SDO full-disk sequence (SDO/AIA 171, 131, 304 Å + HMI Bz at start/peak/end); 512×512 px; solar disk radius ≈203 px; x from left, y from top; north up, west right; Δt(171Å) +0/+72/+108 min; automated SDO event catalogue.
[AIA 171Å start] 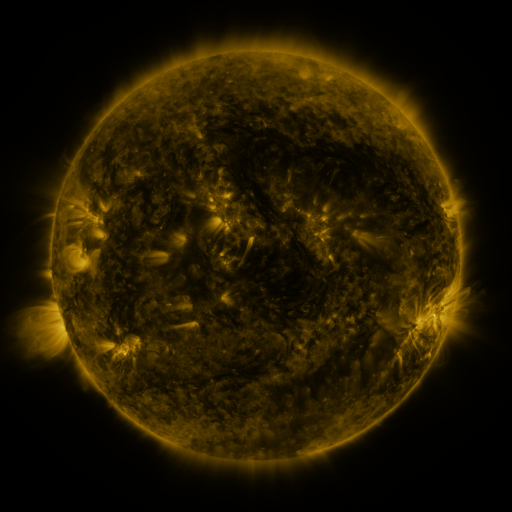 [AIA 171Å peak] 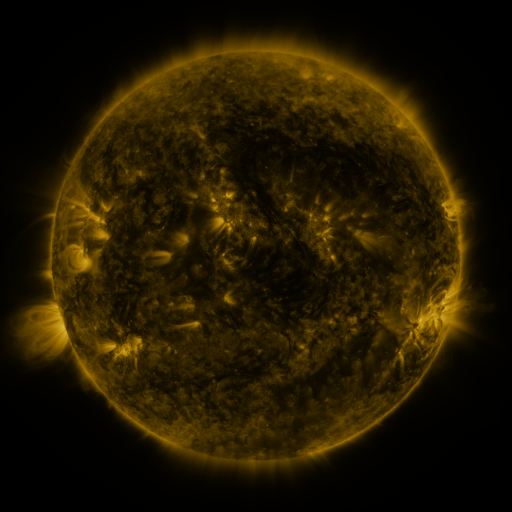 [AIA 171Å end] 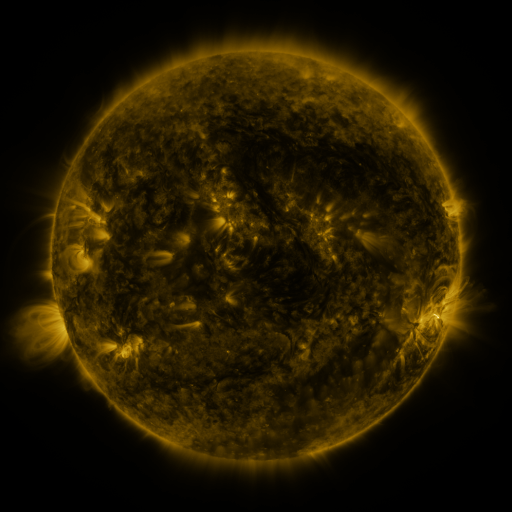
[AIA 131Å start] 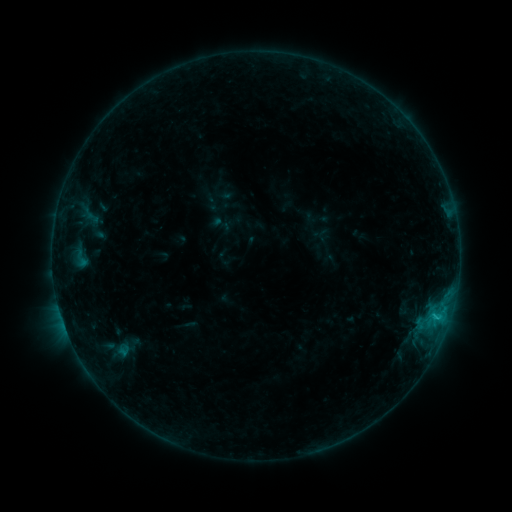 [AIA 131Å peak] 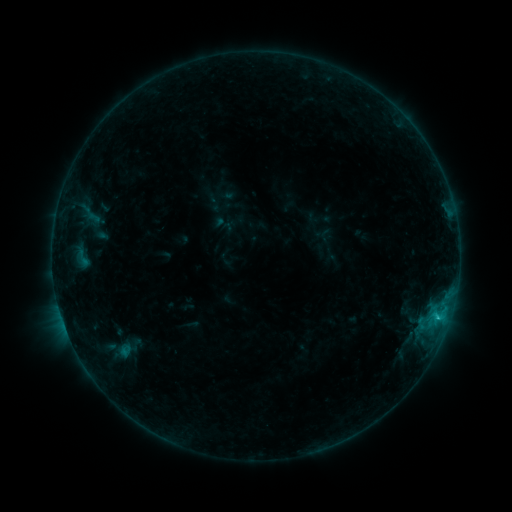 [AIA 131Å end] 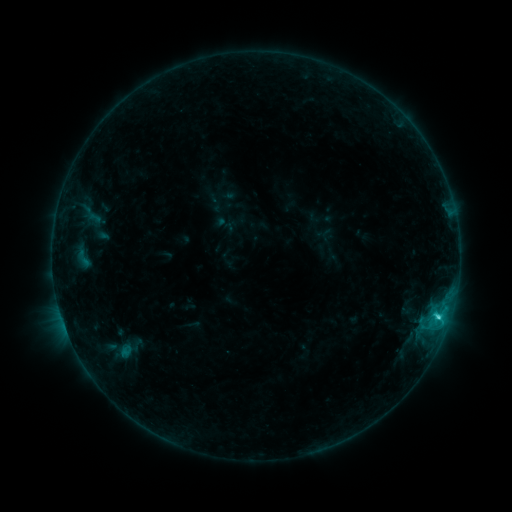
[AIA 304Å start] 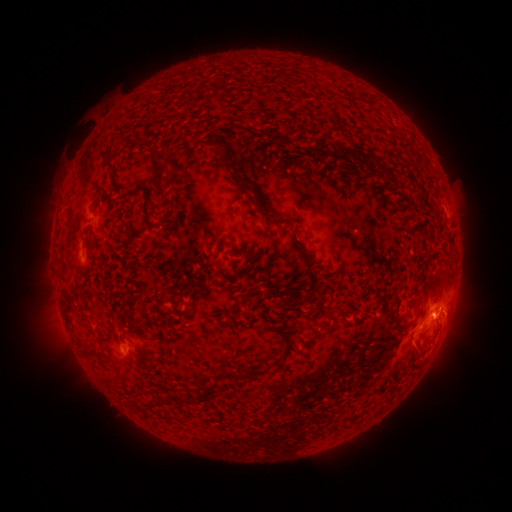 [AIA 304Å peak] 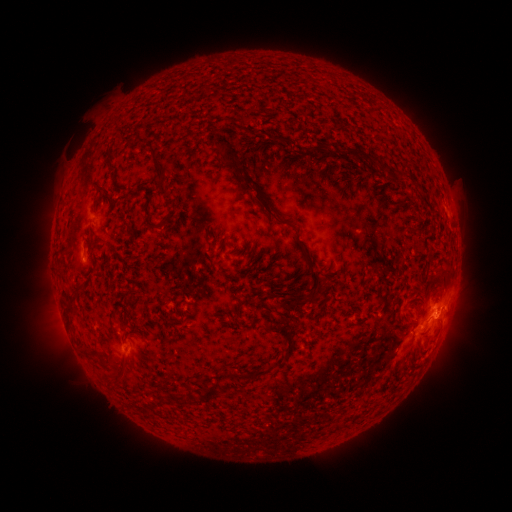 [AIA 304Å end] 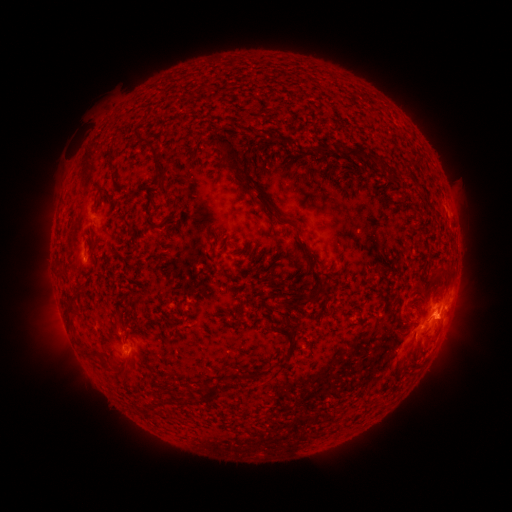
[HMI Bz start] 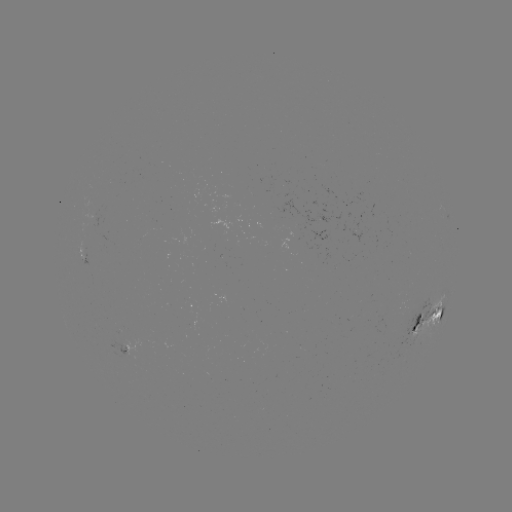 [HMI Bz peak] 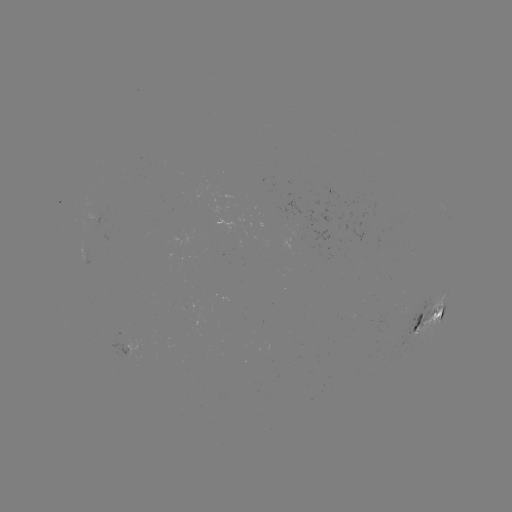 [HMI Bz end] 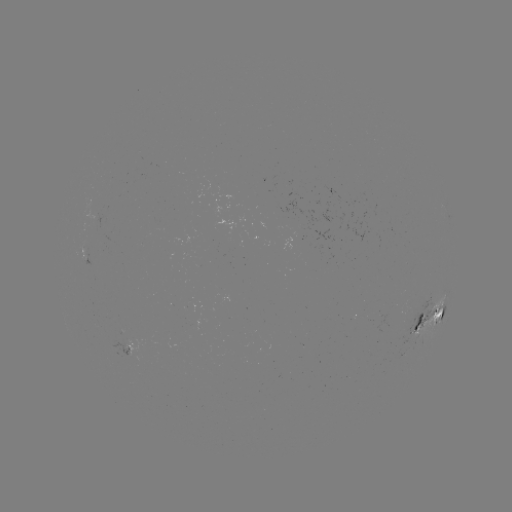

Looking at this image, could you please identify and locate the emerging-flux region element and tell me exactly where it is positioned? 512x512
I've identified emerging-flux region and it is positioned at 84,251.